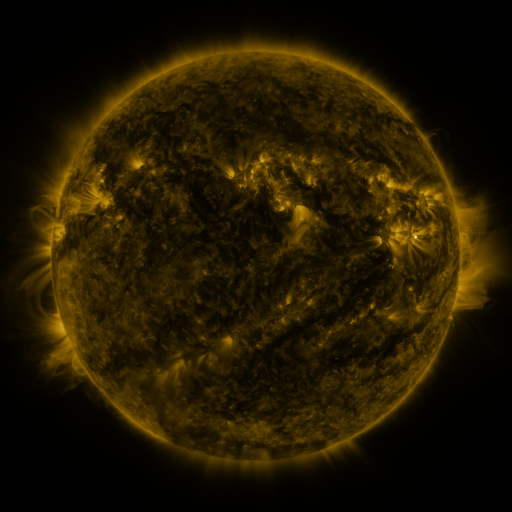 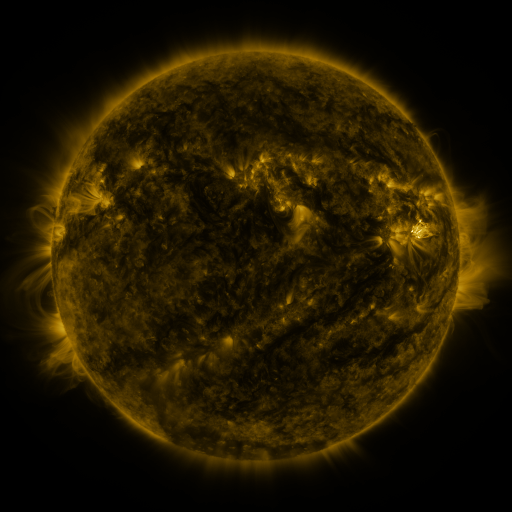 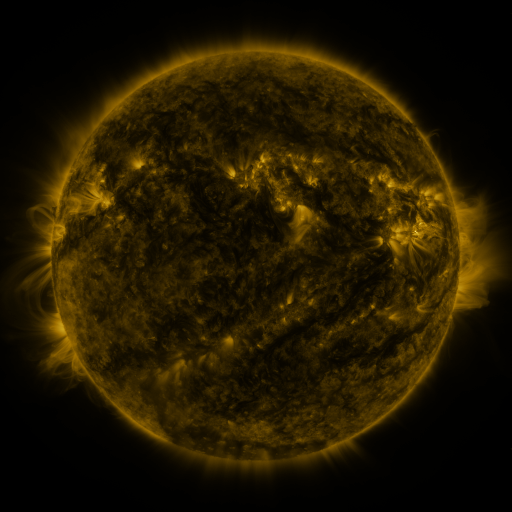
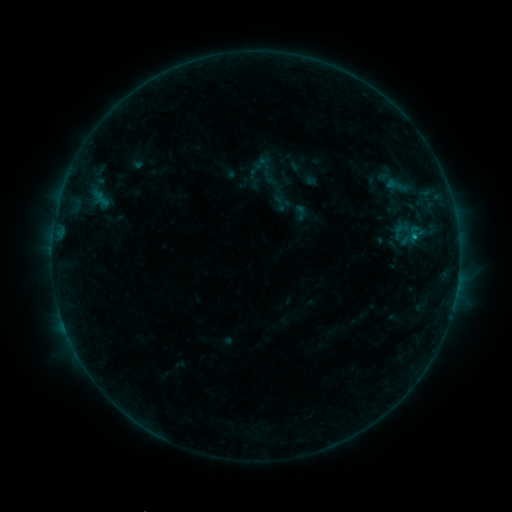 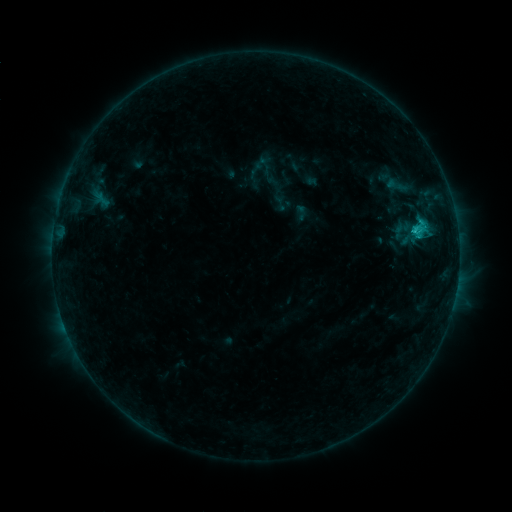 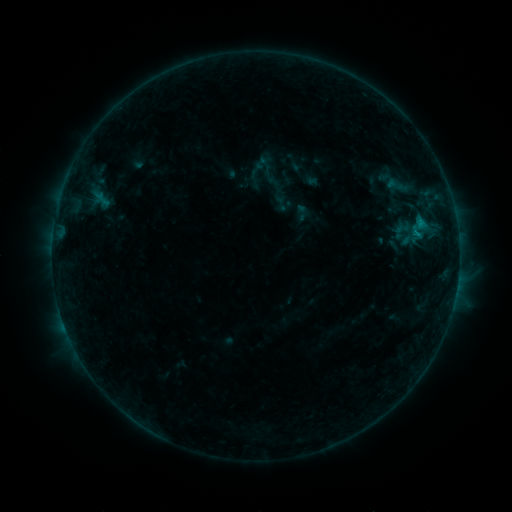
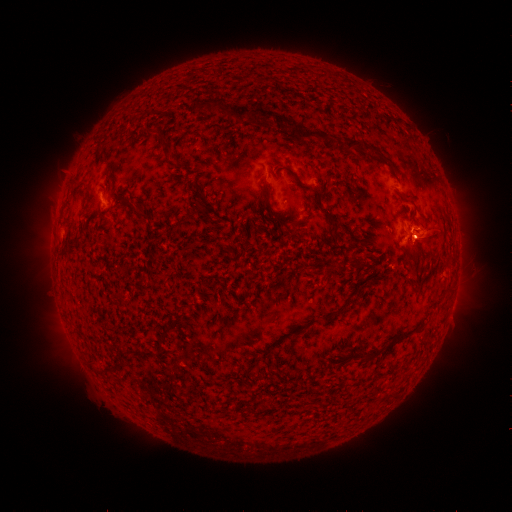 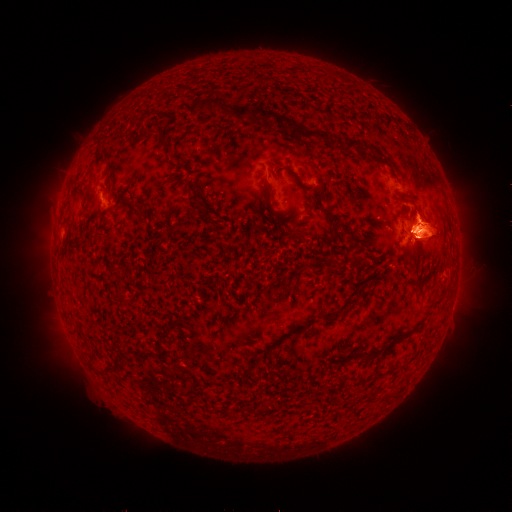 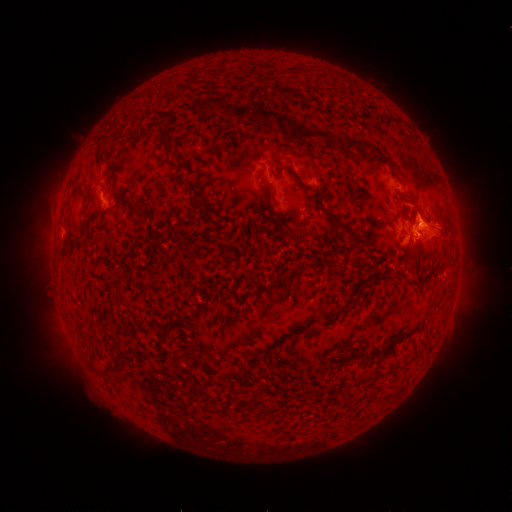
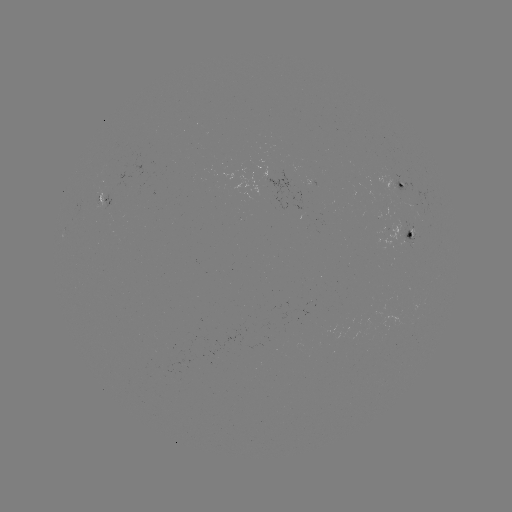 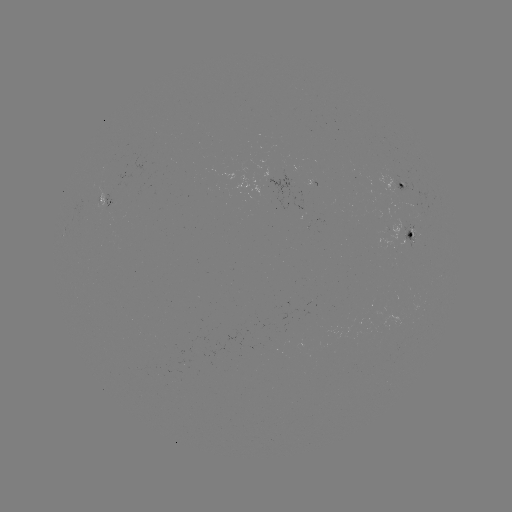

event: flare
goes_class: B8.8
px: (413, 231)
